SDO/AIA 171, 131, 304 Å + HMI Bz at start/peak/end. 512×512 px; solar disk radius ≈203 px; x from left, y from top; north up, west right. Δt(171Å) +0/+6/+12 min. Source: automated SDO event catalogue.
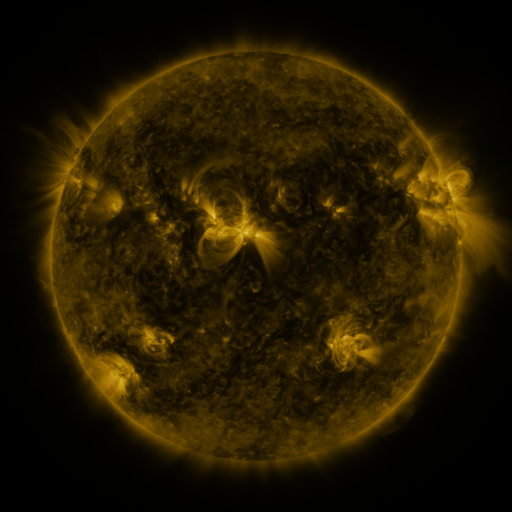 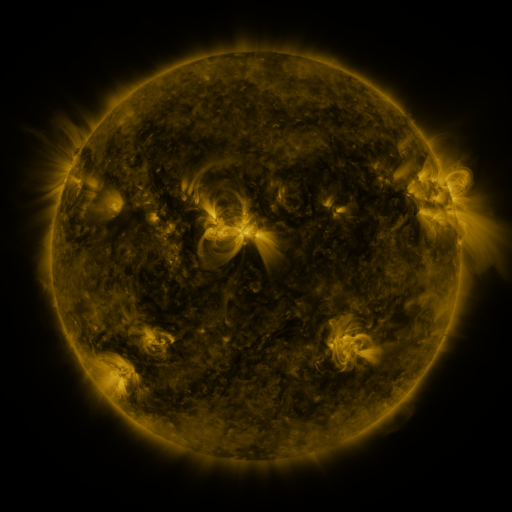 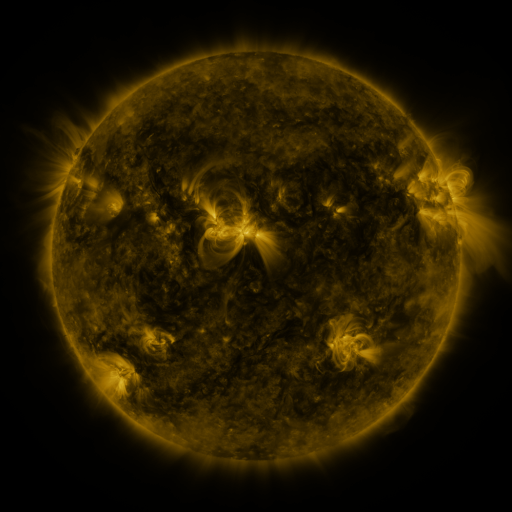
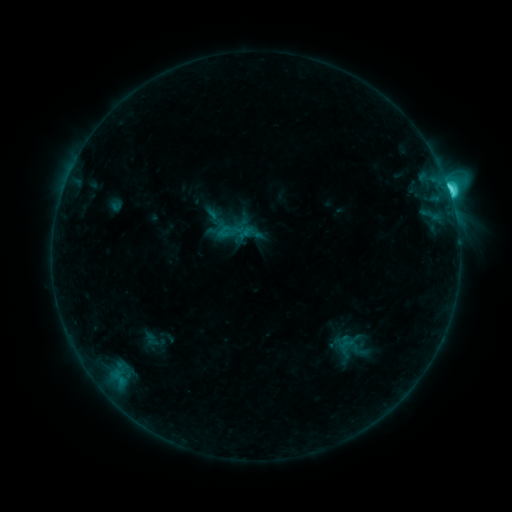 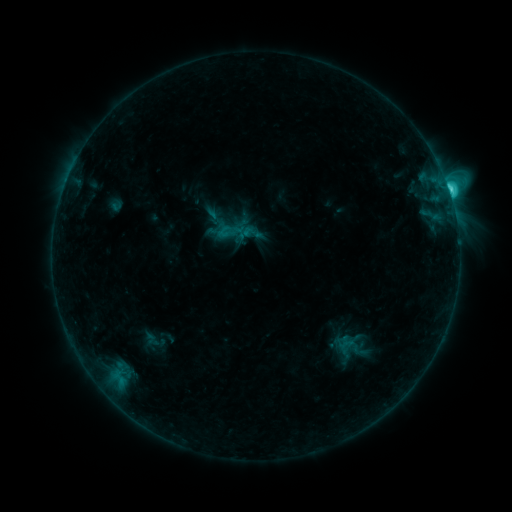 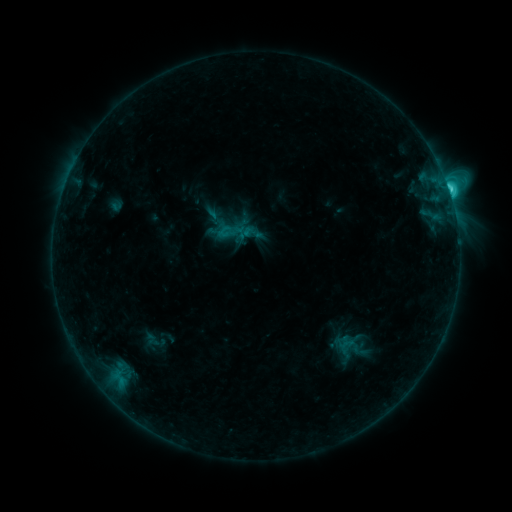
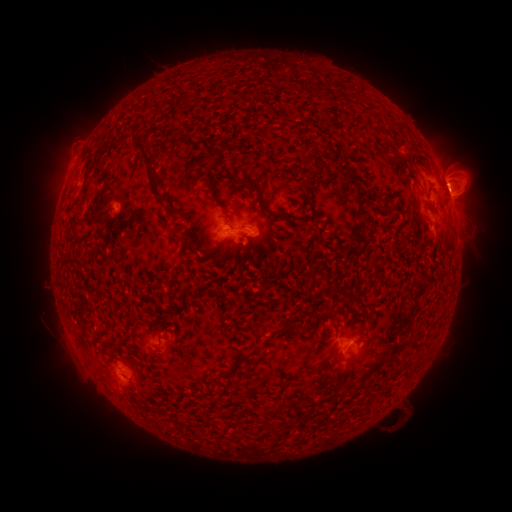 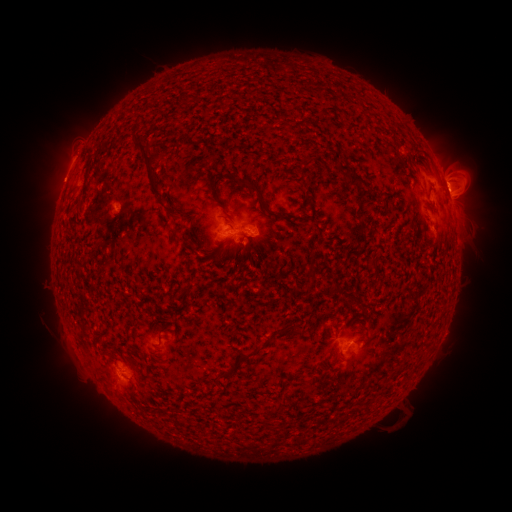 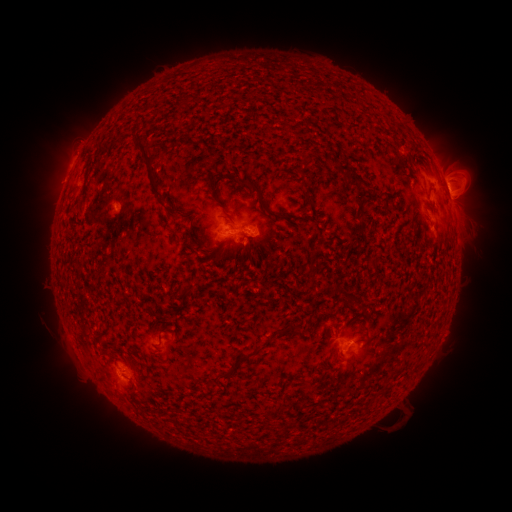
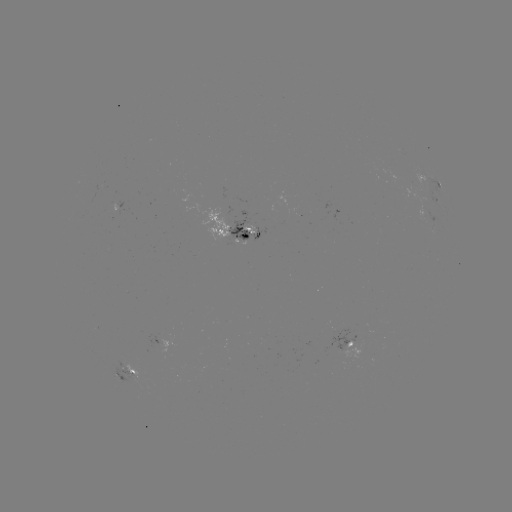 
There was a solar eruption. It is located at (60, 174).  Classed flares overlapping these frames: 1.